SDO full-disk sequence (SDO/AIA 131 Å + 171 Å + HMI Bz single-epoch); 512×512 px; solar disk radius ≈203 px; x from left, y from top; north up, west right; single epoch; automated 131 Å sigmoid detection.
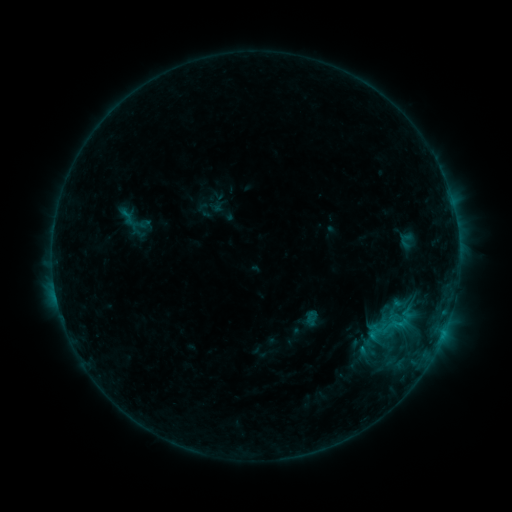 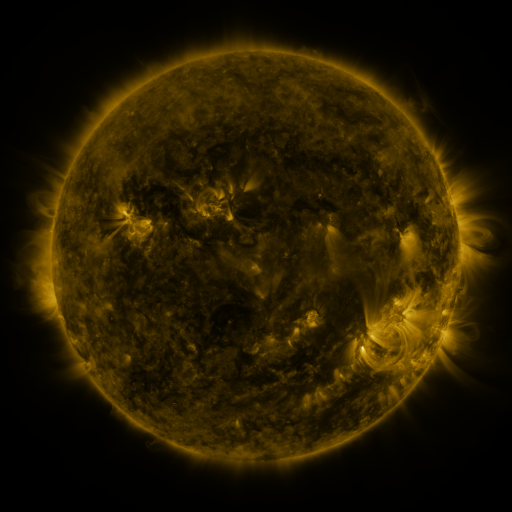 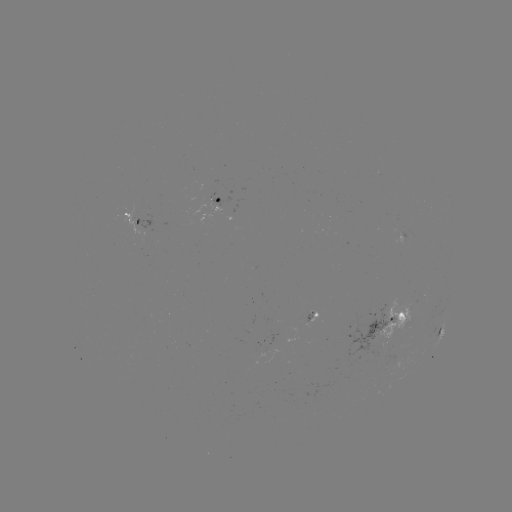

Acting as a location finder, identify sigmoid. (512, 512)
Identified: [394, 326].